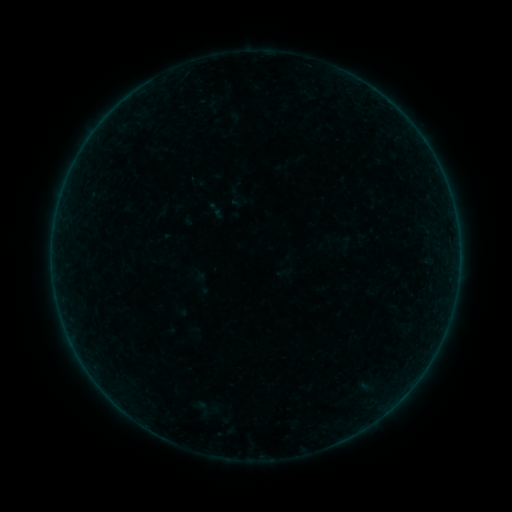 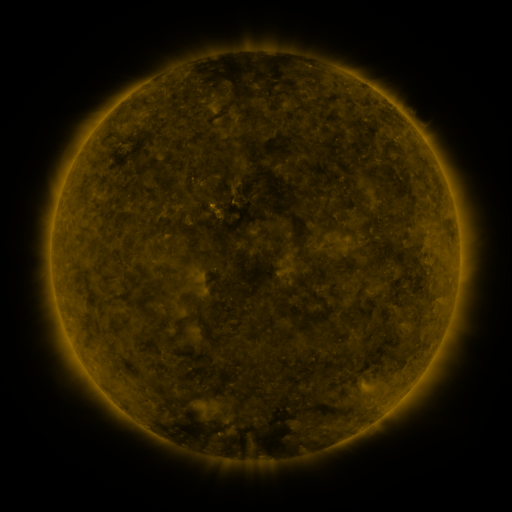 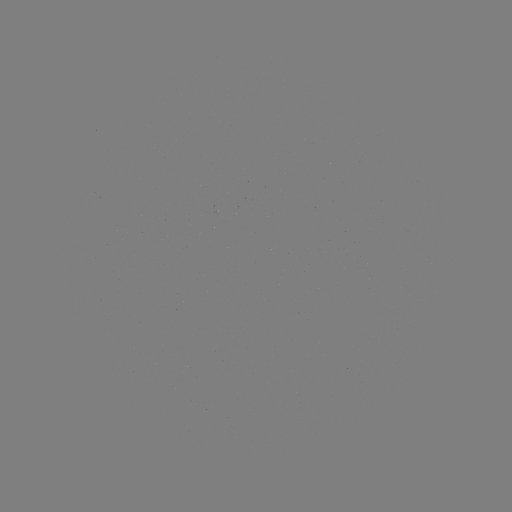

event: sigmoid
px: (201, 408)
